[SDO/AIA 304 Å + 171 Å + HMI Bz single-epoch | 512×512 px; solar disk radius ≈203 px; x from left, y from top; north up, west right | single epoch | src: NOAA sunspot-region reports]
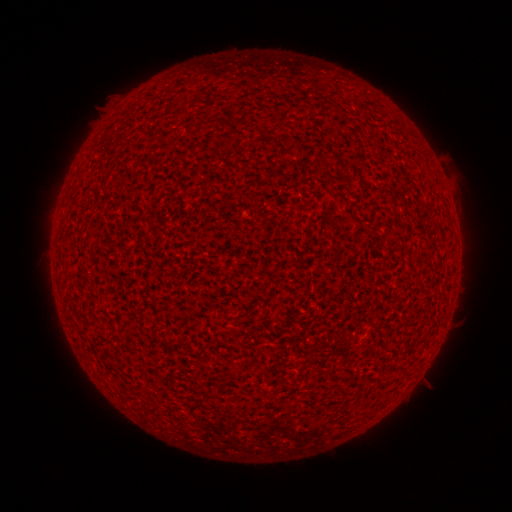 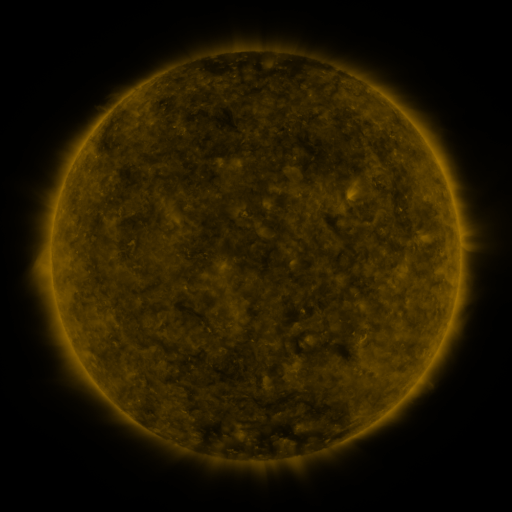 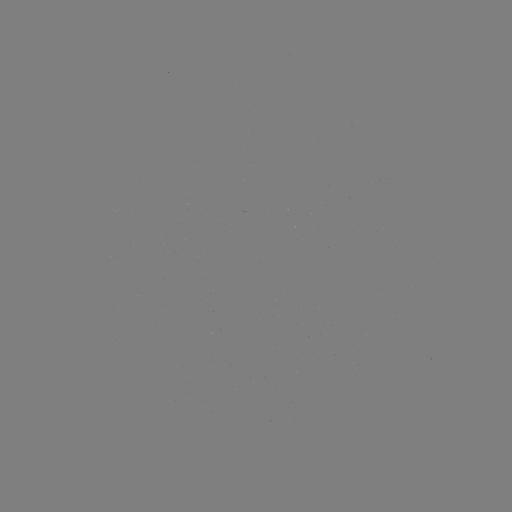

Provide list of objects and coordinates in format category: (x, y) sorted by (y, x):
(none)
